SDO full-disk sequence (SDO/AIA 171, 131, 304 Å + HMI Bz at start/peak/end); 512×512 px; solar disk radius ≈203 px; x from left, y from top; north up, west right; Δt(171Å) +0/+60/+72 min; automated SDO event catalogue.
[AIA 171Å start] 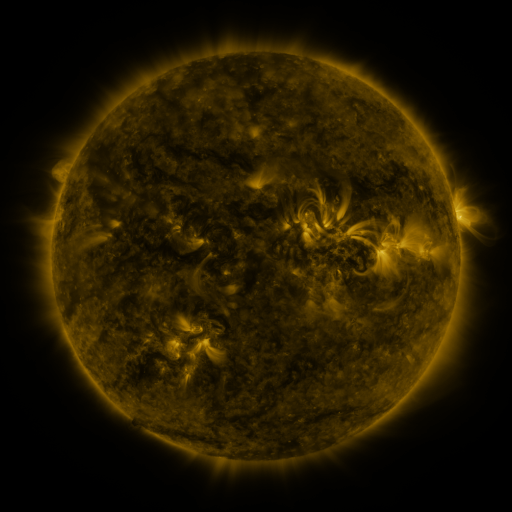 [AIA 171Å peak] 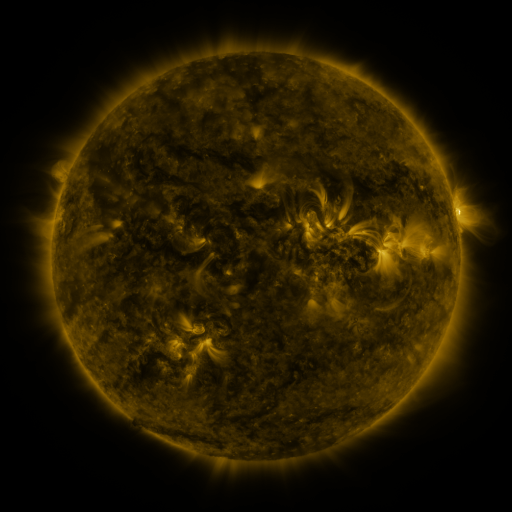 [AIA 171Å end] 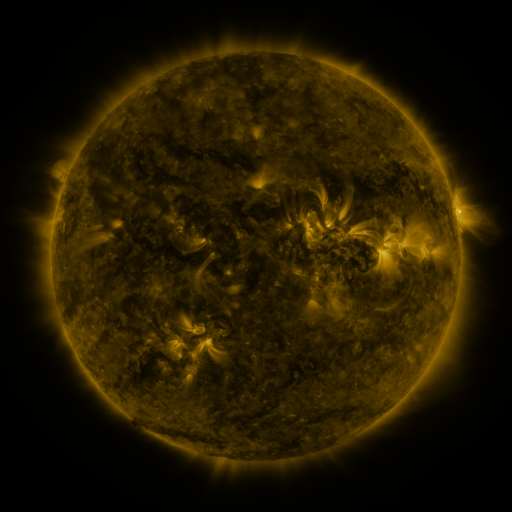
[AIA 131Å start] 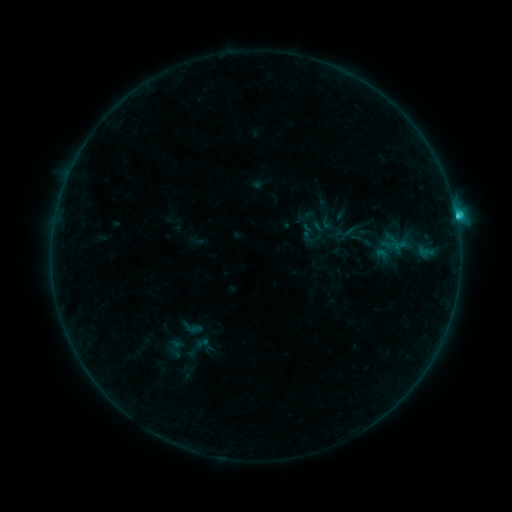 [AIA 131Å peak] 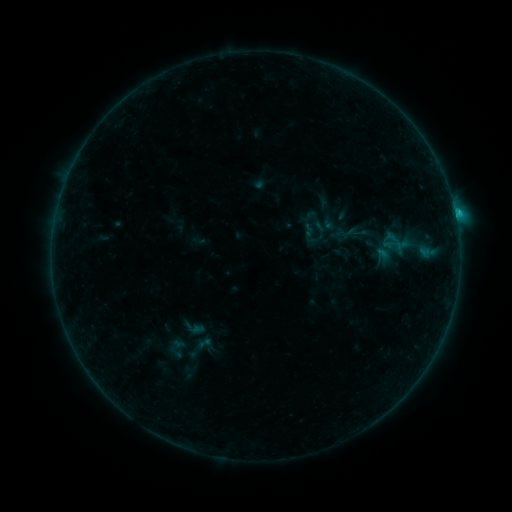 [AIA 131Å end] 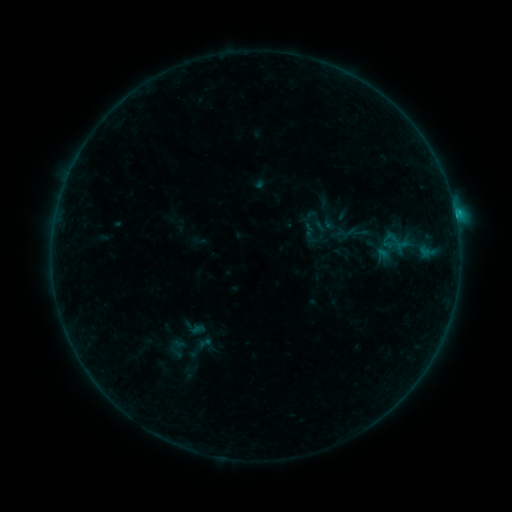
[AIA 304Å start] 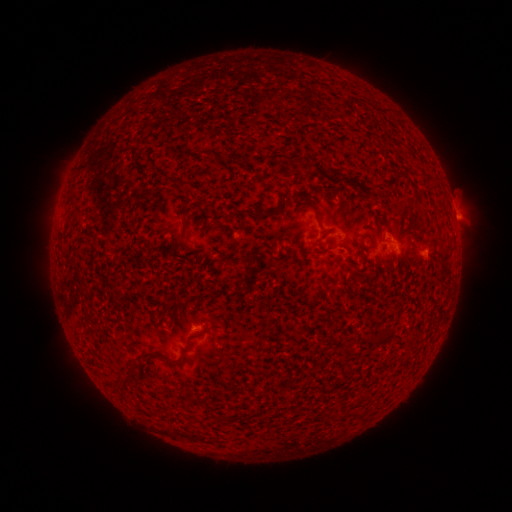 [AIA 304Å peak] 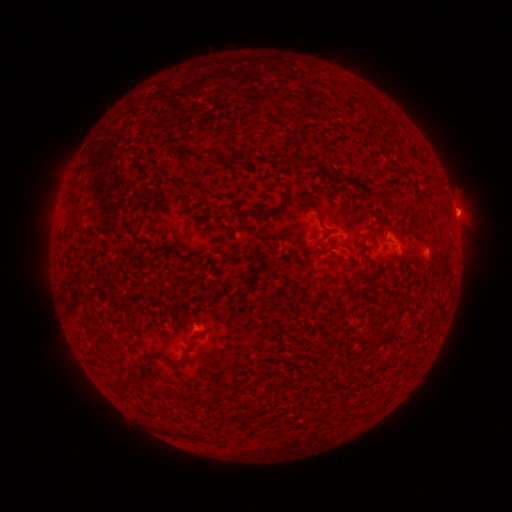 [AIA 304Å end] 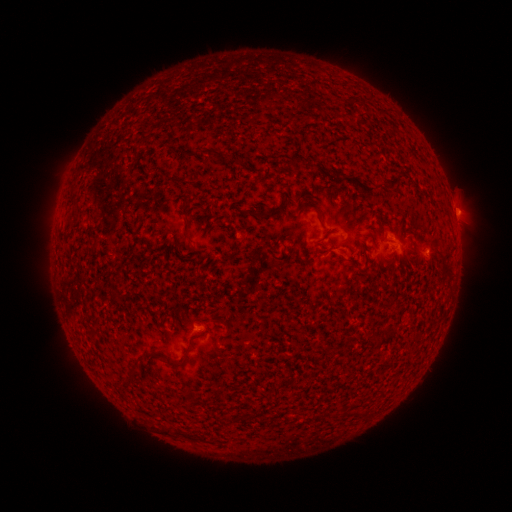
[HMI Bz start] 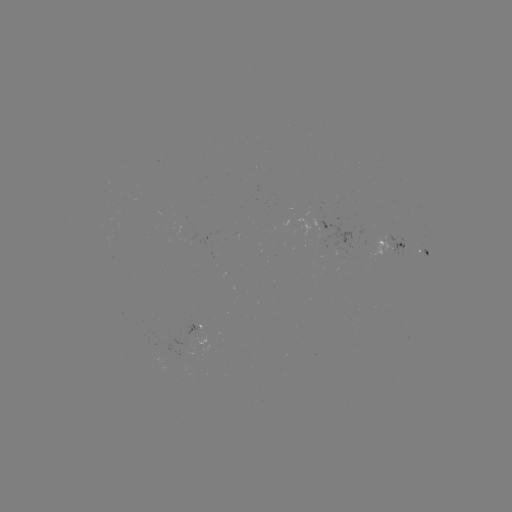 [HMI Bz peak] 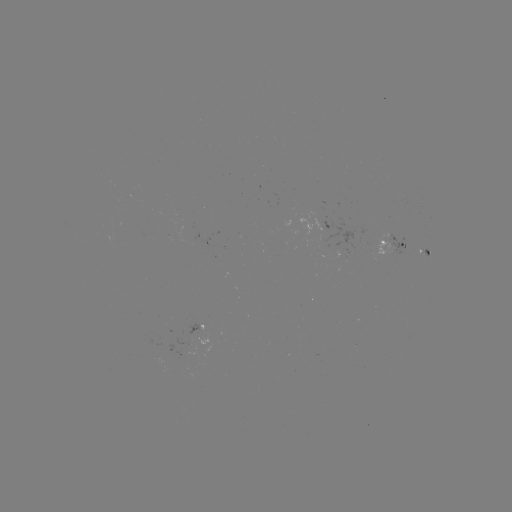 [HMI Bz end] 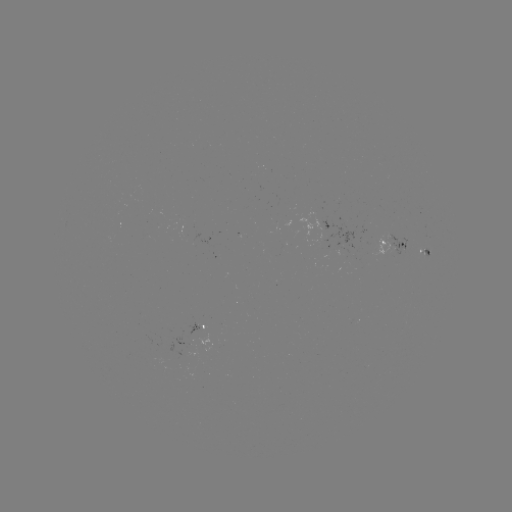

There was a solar emerging-flux region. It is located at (193, 333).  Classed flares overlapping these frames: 1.